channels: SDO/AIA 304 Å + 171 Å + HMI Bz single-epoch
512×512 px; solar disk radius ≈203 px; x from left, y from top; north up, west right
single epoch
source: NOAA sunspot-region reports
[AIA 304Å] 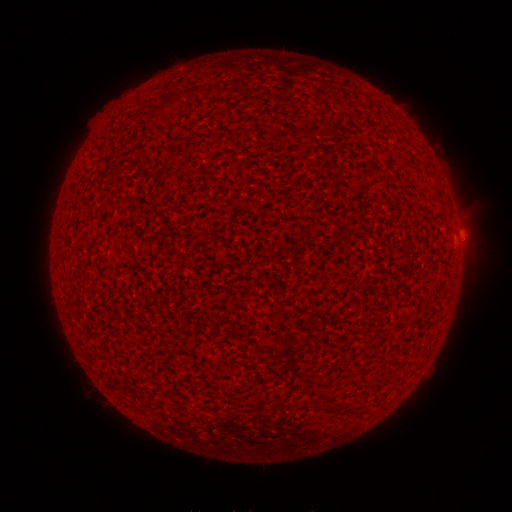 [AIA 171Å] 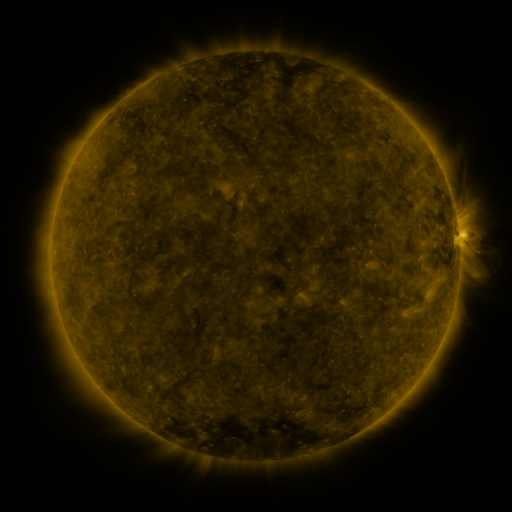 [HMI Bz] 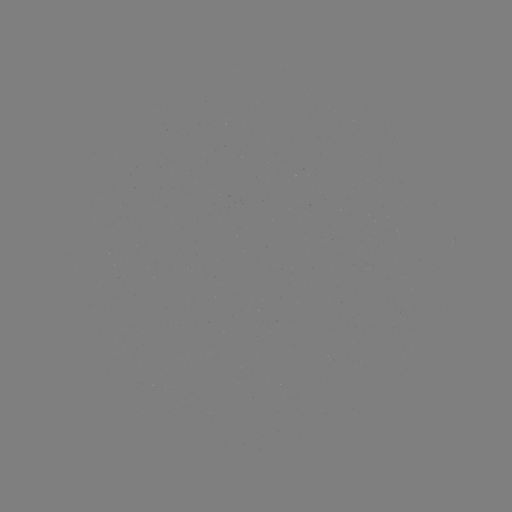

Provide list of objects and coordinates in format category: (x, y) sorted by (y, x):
(none)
